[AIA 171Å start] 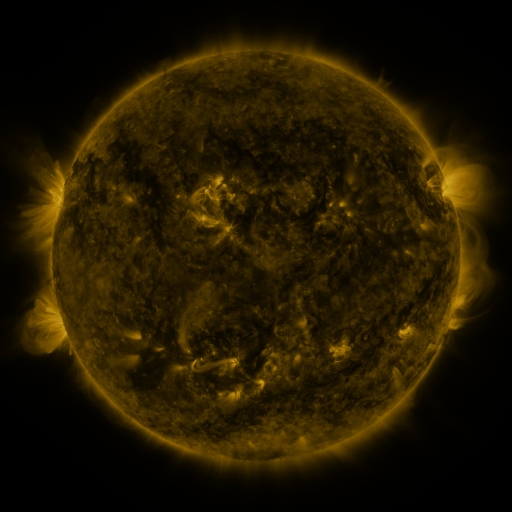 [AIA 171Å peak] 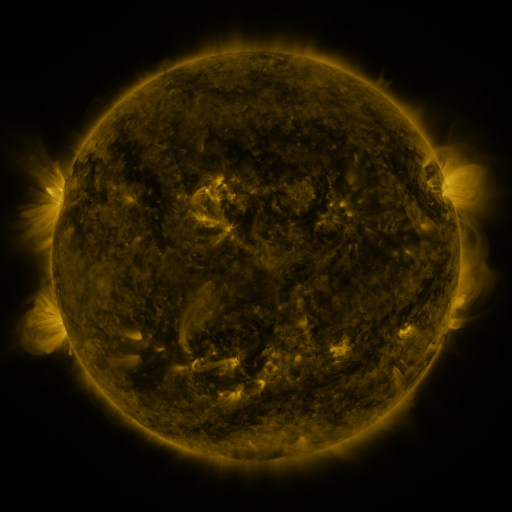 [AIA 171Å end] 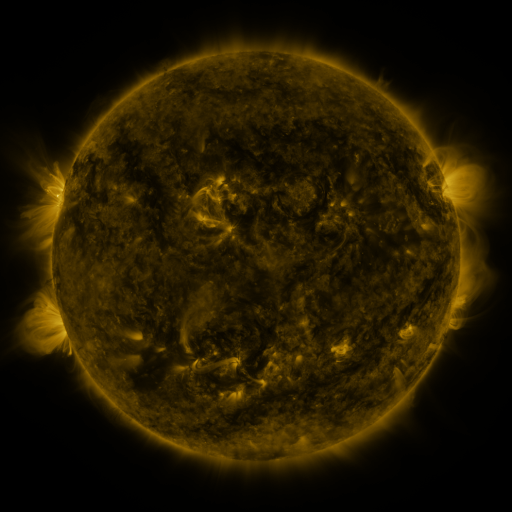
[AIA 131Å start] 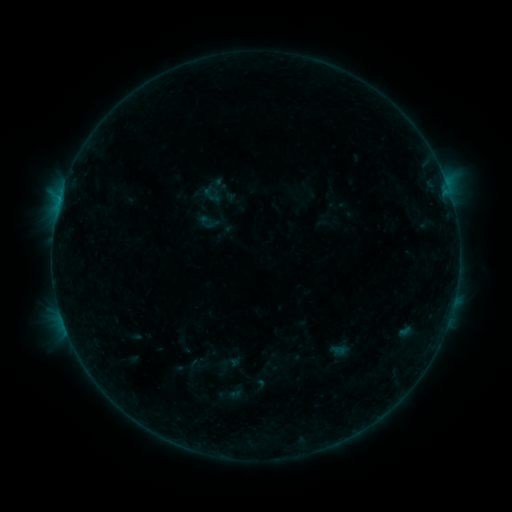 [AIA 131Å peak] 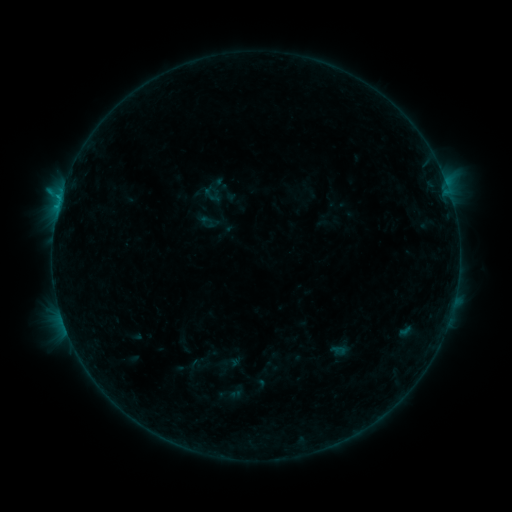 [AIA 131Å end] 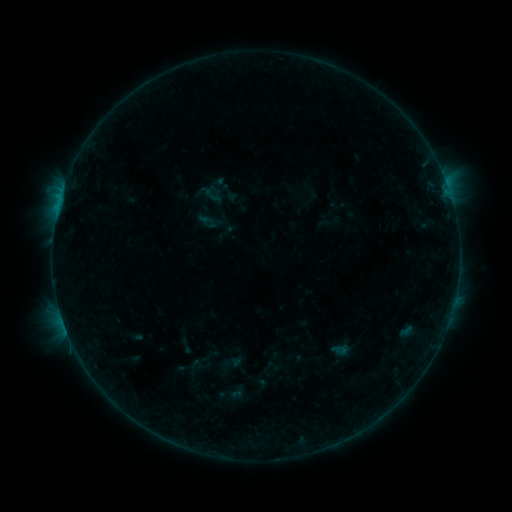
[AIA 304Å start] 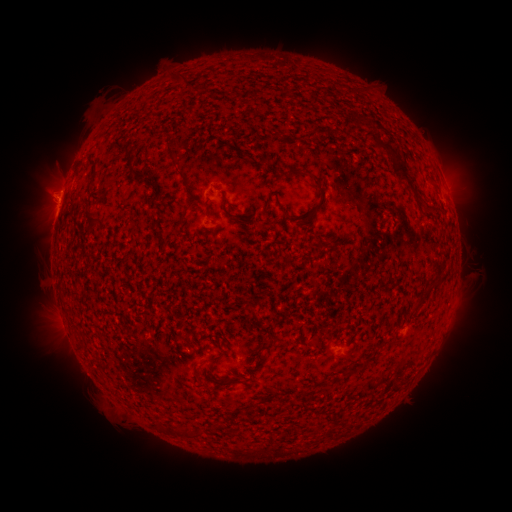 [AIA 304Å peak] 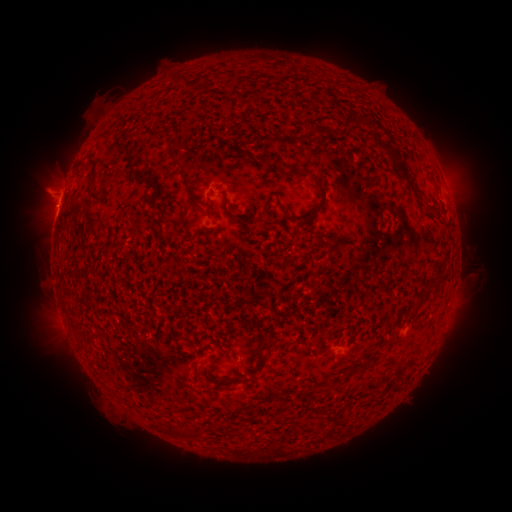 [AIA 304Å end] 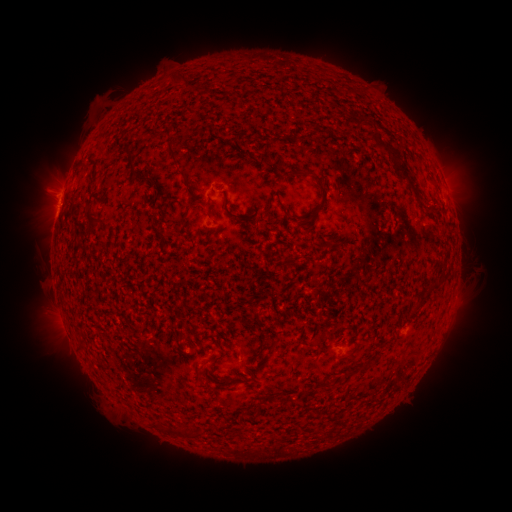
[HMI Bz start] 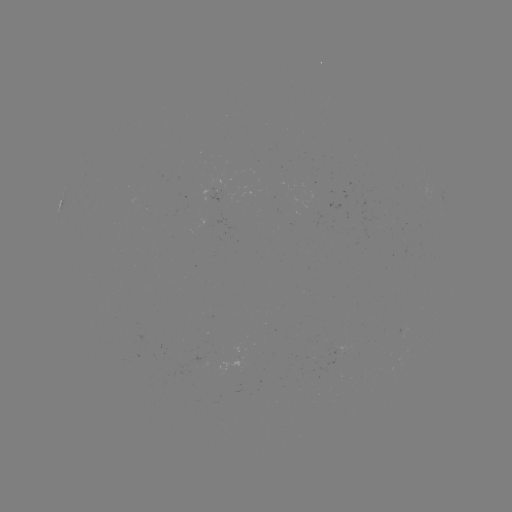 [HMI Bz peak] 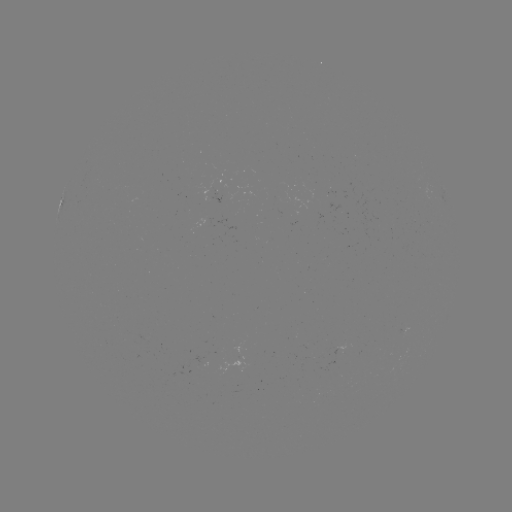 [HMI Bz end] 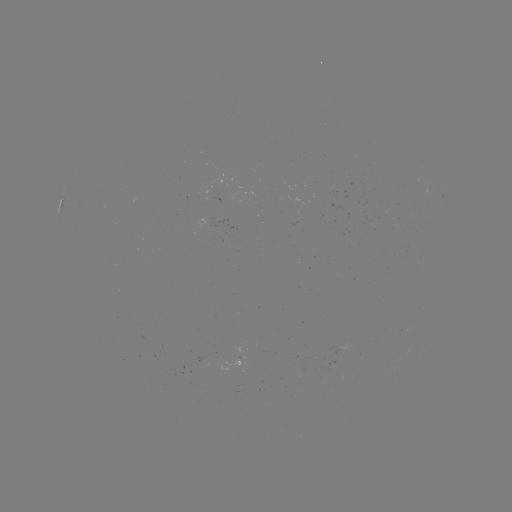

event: flare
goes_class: B4.6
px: (60, 201)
